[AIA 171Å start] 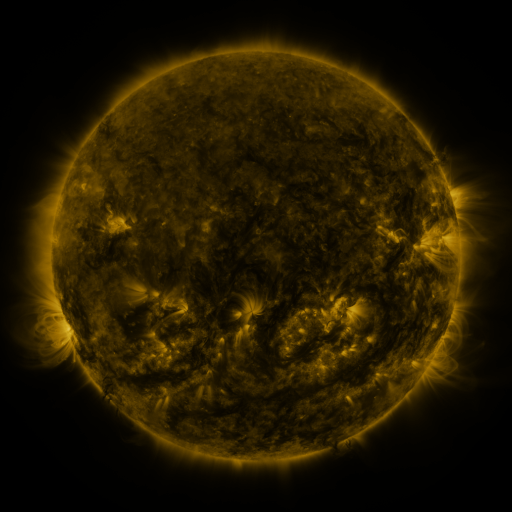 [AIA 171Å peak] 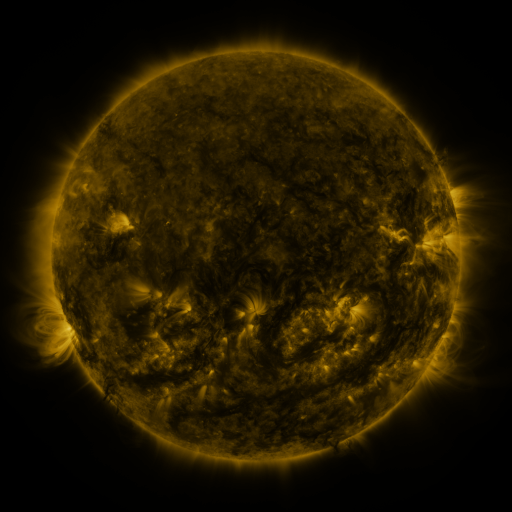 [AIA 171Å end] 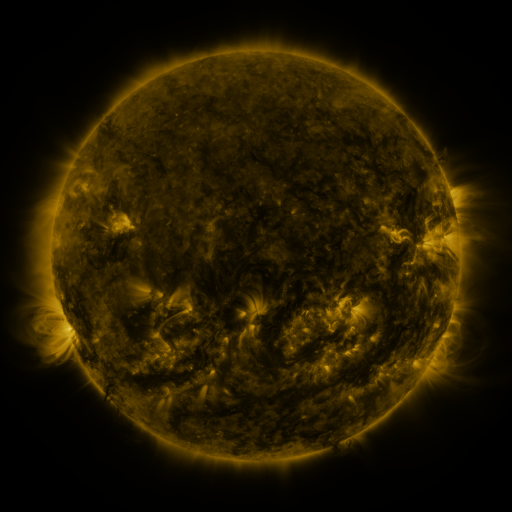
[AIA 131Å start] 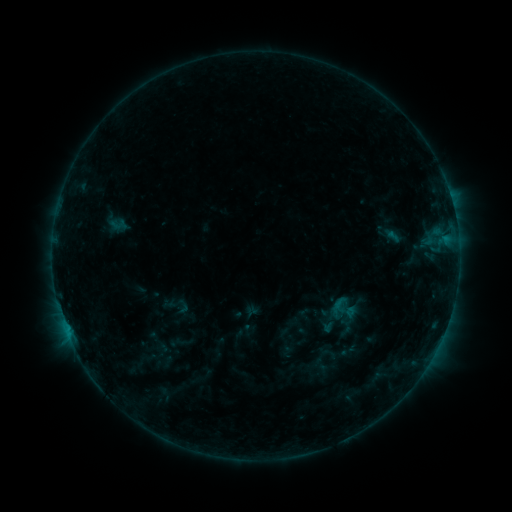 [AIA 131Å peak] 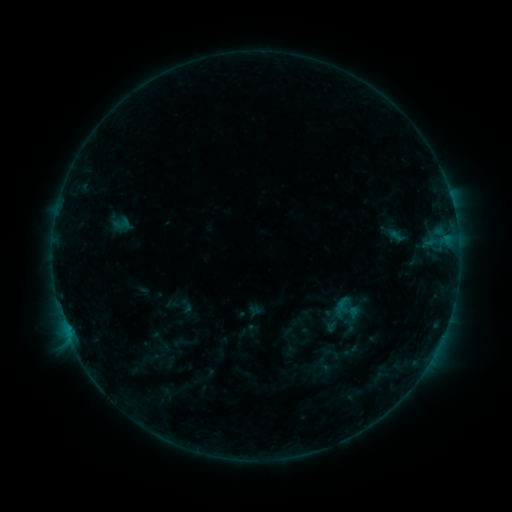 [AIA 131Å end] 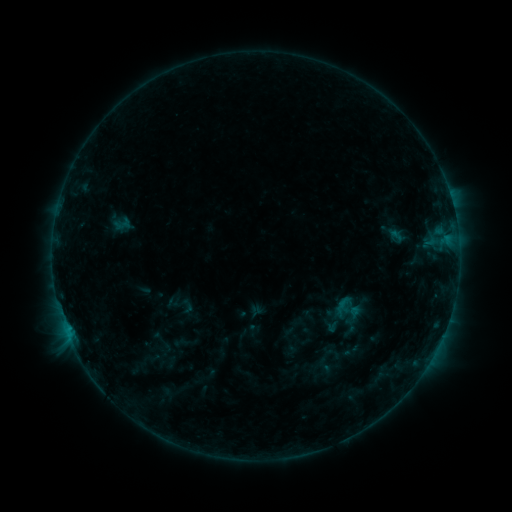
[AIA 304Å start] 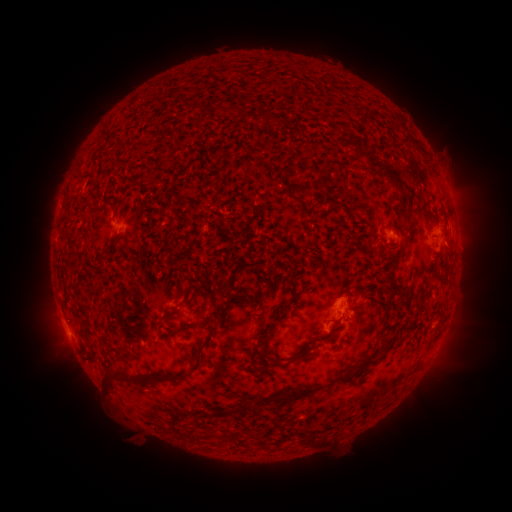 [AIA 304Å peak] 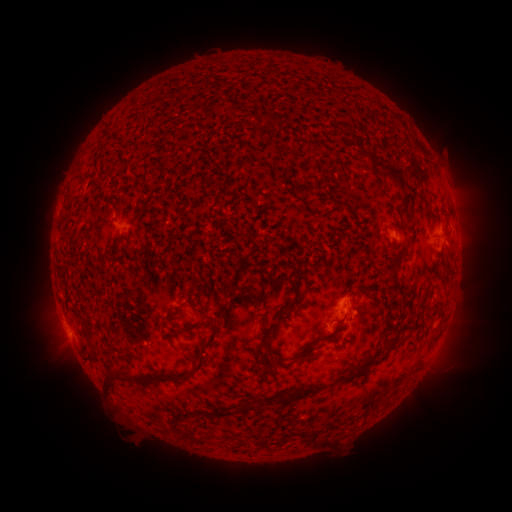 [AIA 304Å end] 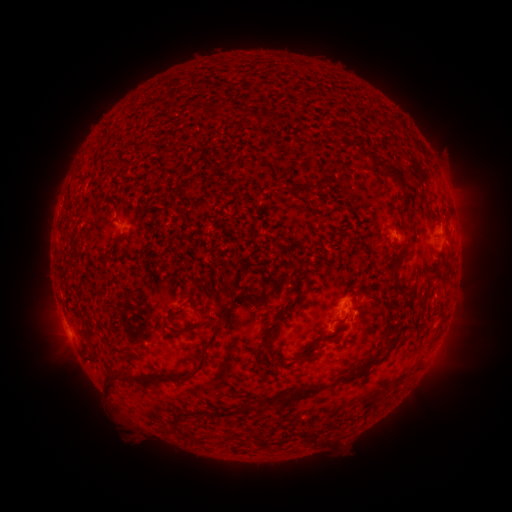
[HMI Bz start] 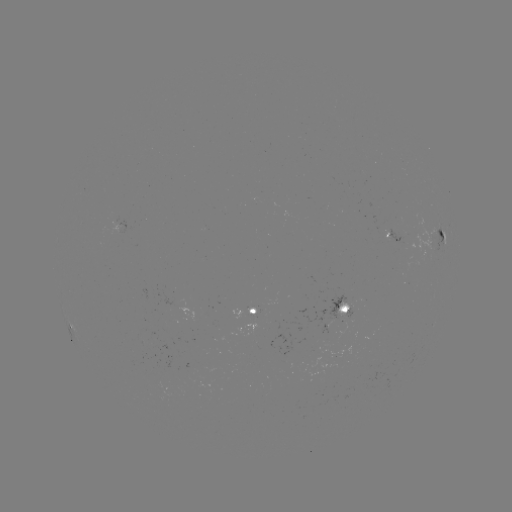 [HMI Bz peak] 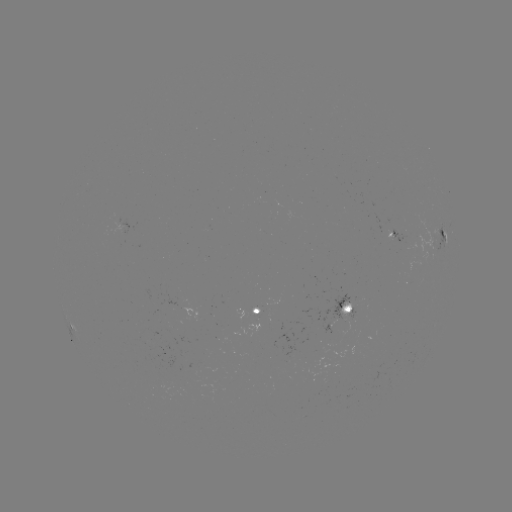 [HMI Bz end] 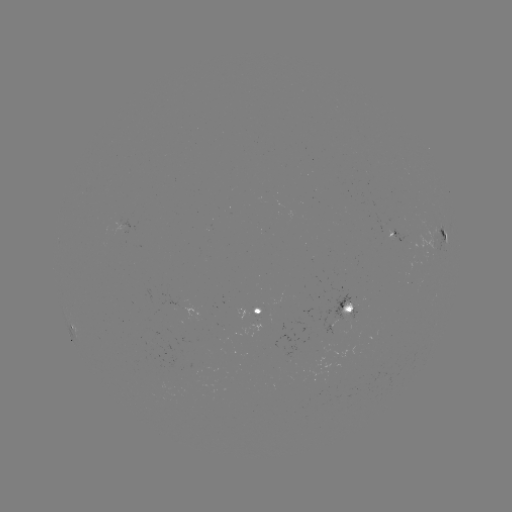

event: emerging-flux region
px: (346, 307)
